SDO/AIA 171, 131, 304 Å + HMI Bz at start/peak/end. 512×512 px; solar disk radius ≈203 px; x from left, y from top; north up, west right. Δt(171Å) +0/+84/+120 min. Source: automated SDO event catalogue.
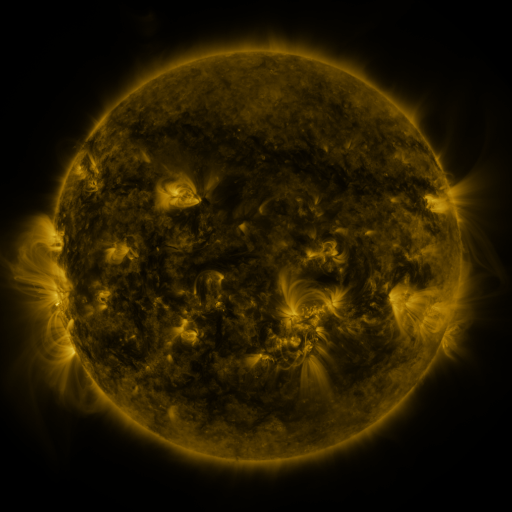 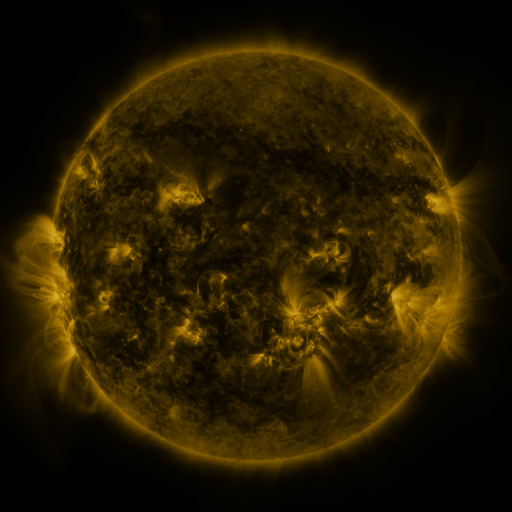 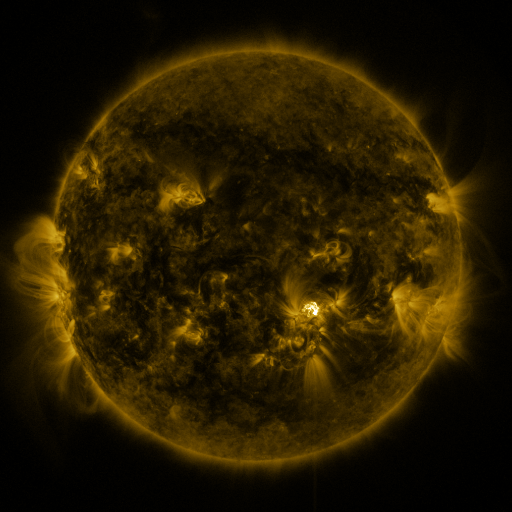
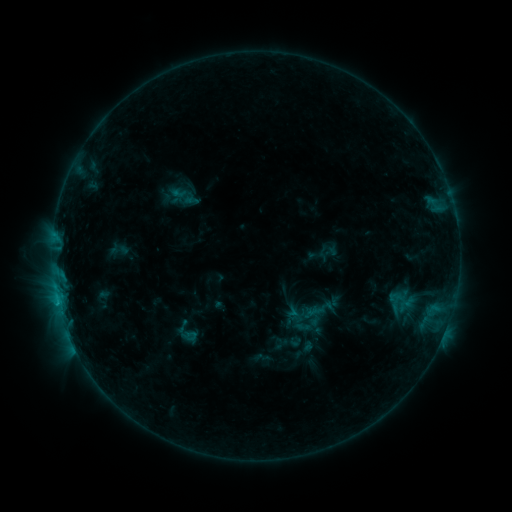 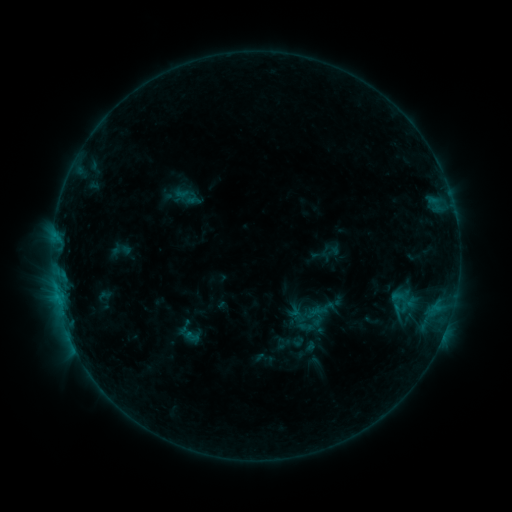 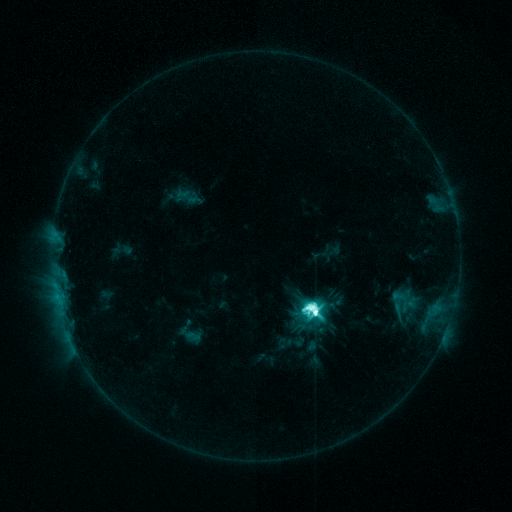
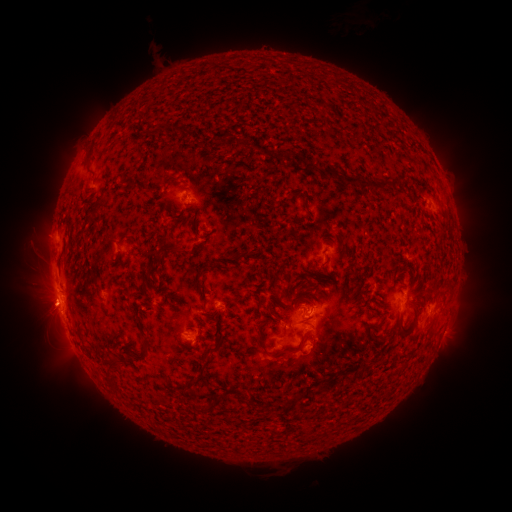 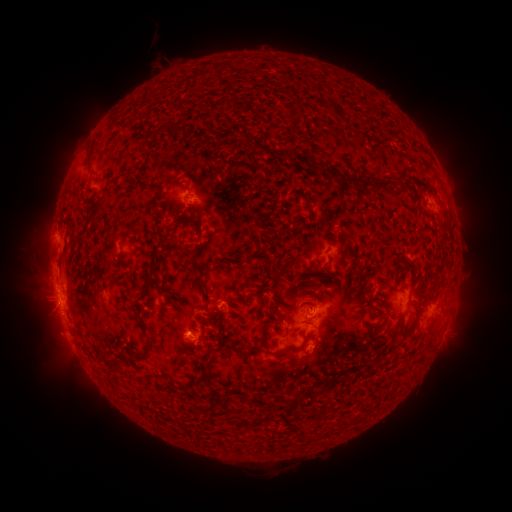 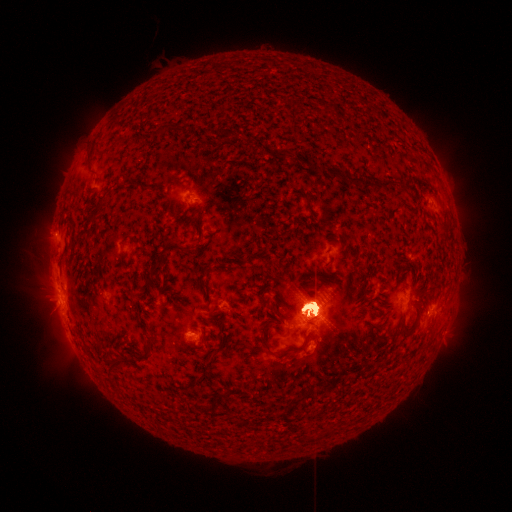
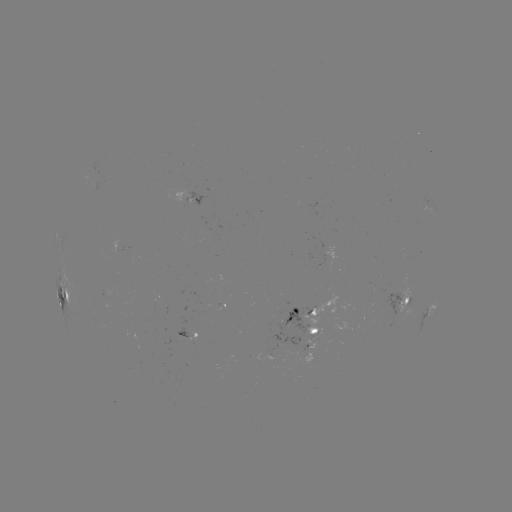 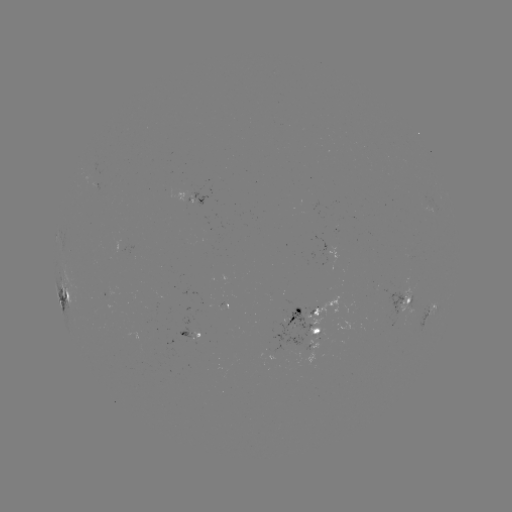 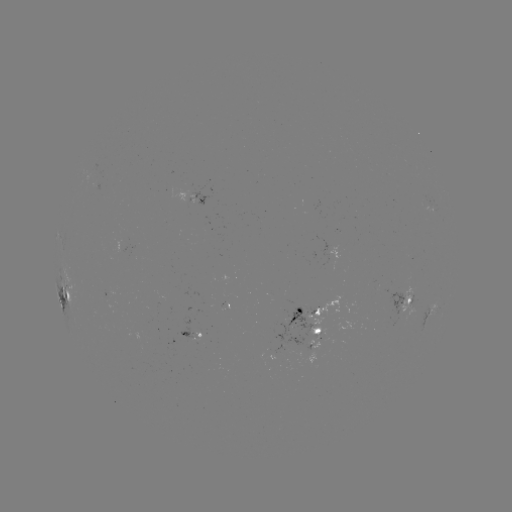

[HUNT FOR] emerging-flux region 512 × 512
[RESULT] [198, 332]